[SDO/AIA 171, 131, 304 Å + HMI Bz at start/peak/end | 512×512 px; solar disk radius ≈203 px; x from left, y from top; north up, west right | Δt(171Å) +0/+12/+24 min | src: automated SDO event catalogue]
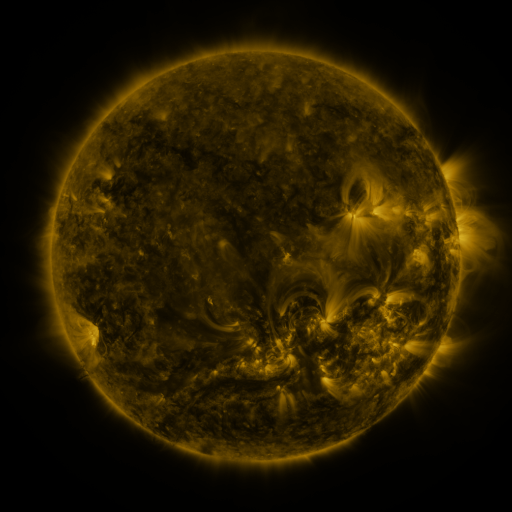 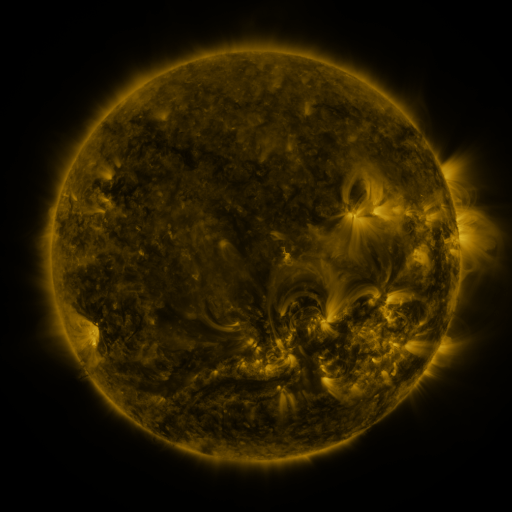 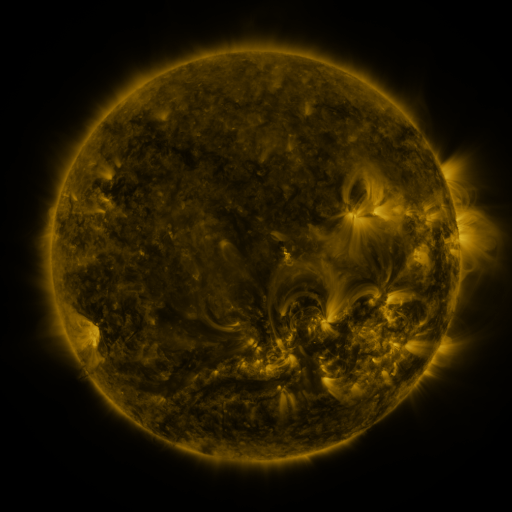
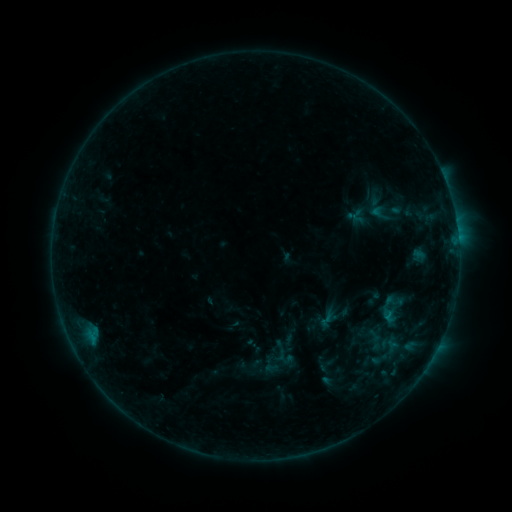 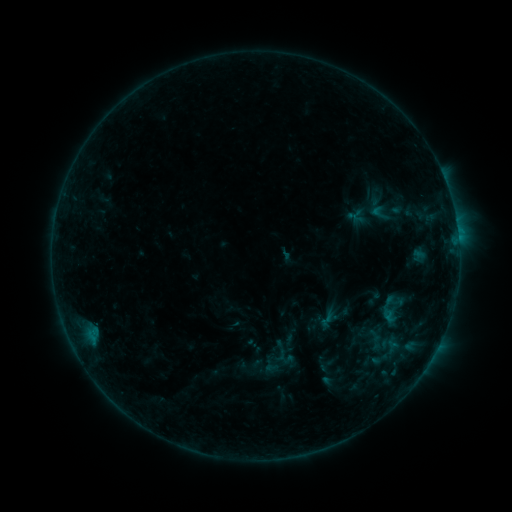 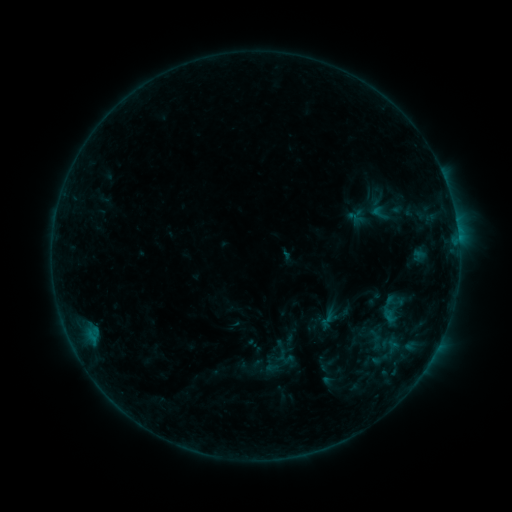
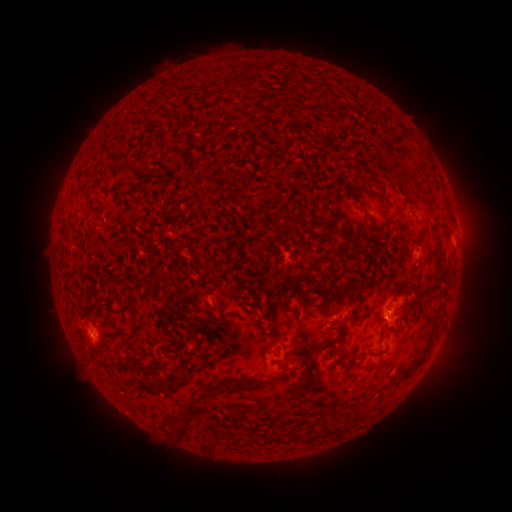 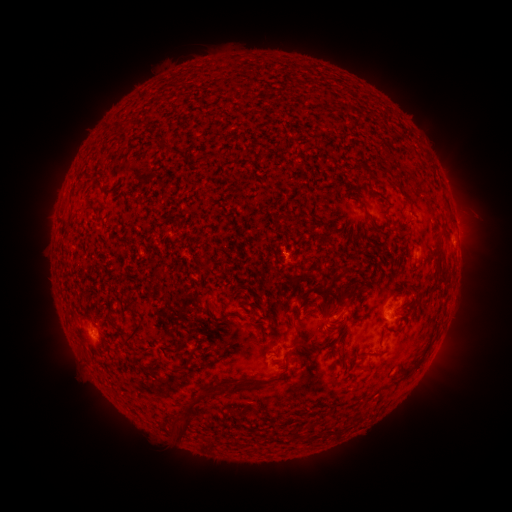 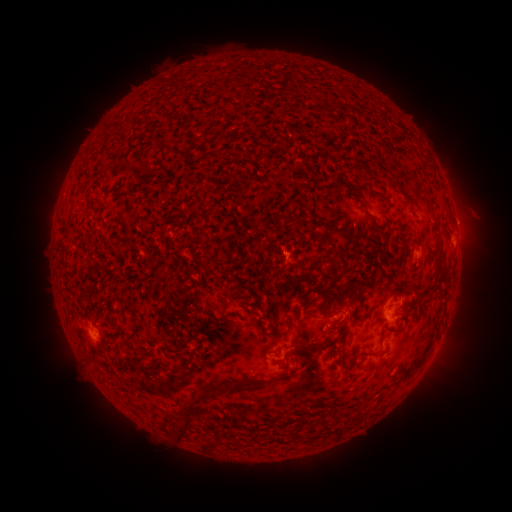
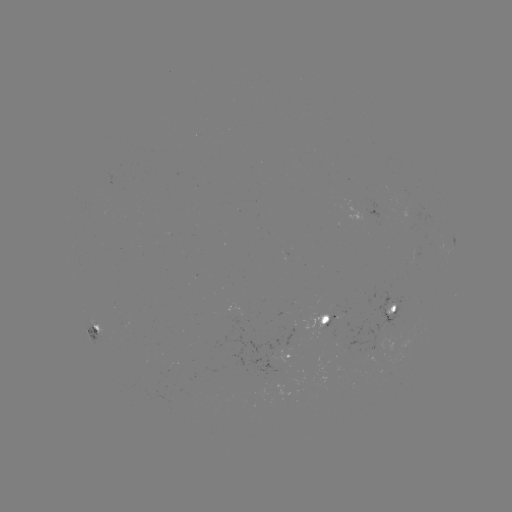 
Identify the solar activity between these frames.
no classed flare was catalogued and no EUV brightening was flagged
